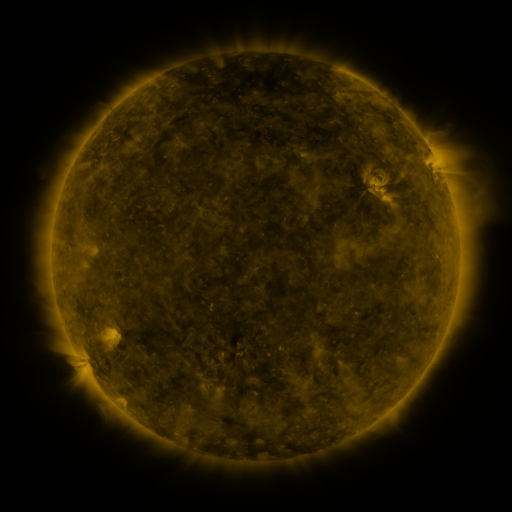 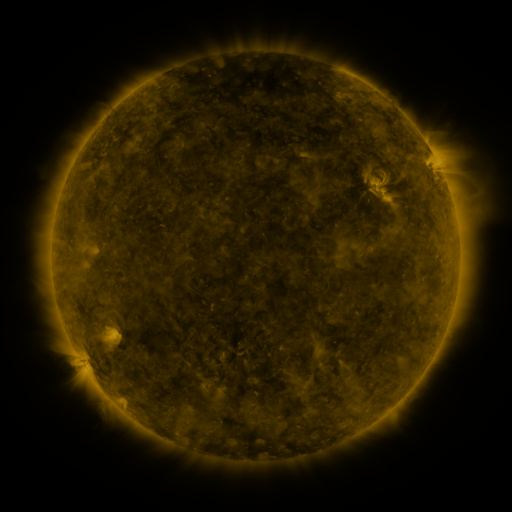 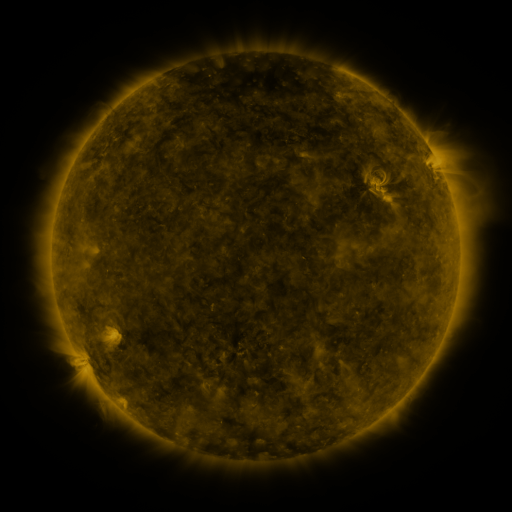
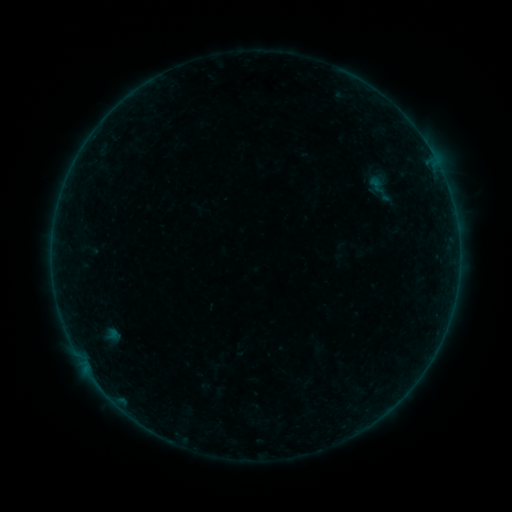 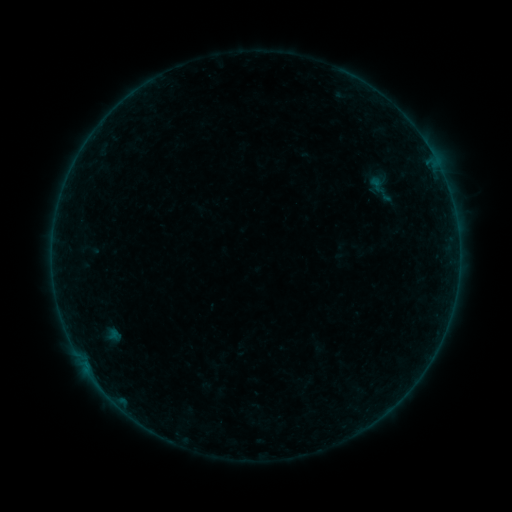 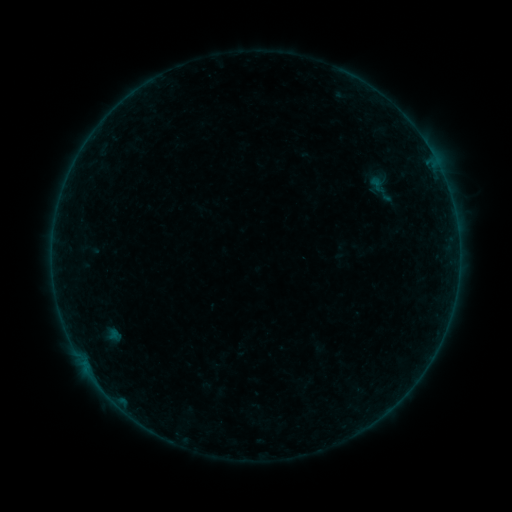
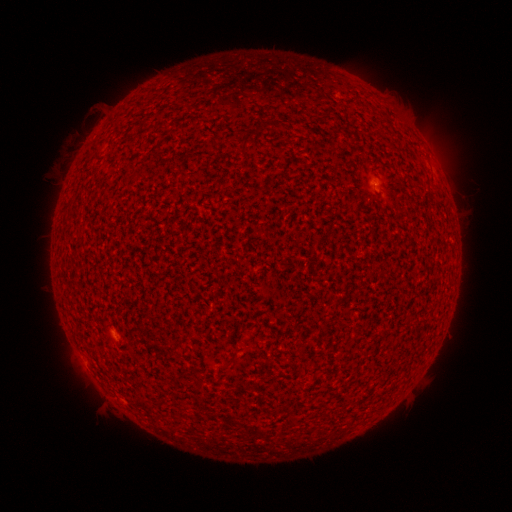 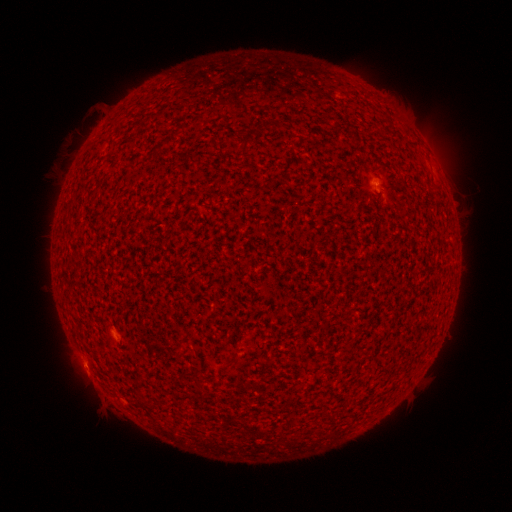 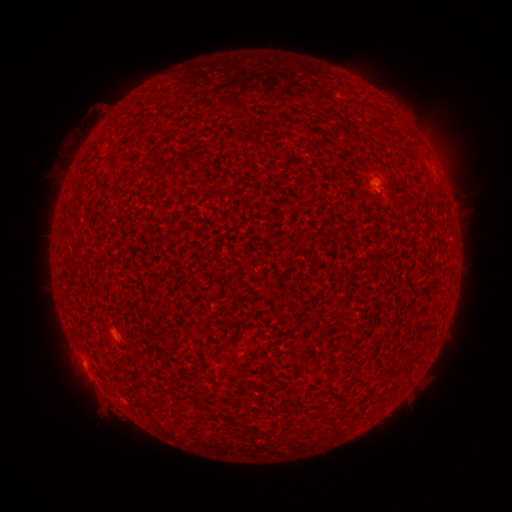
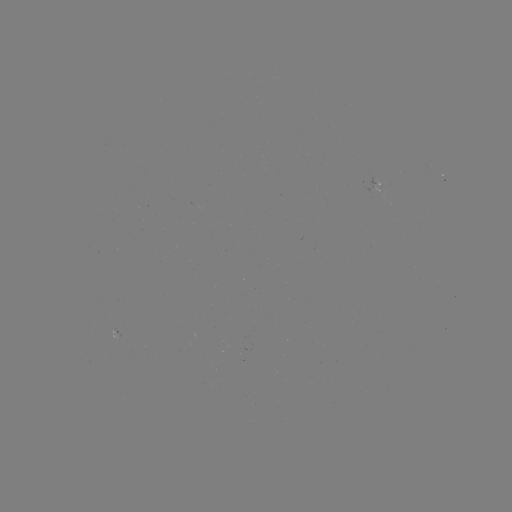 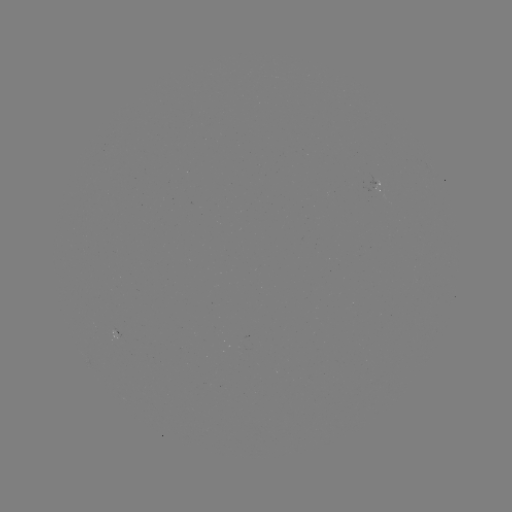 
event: flare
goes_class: A3.6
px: (86, 367)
